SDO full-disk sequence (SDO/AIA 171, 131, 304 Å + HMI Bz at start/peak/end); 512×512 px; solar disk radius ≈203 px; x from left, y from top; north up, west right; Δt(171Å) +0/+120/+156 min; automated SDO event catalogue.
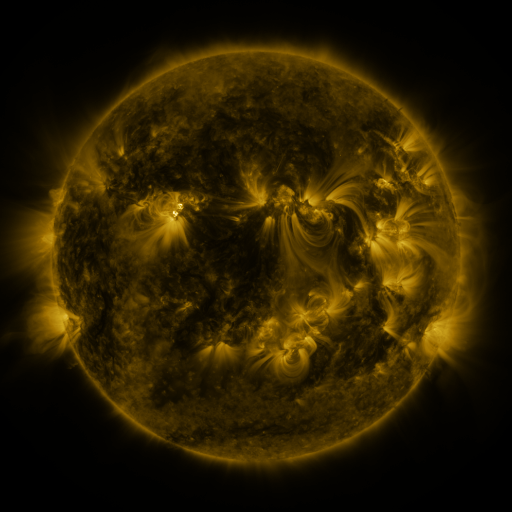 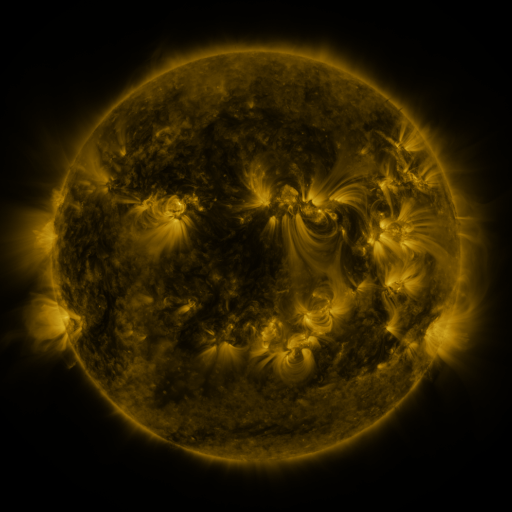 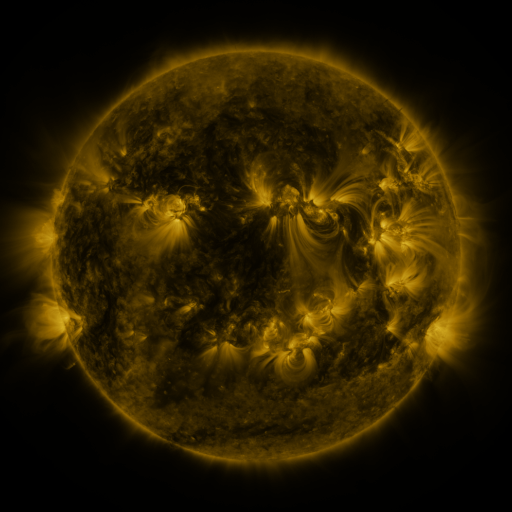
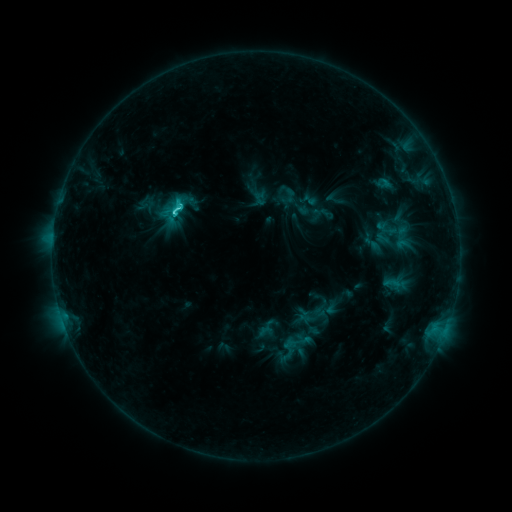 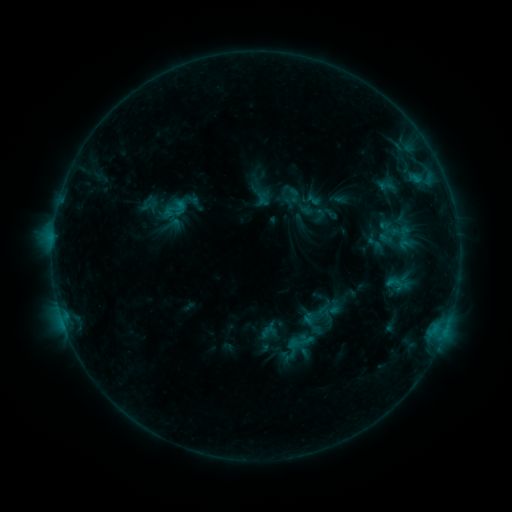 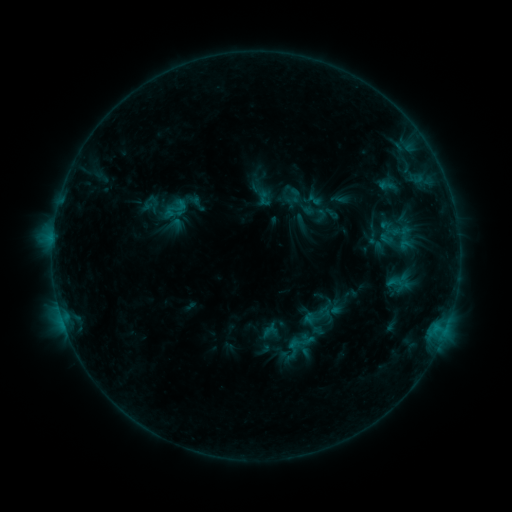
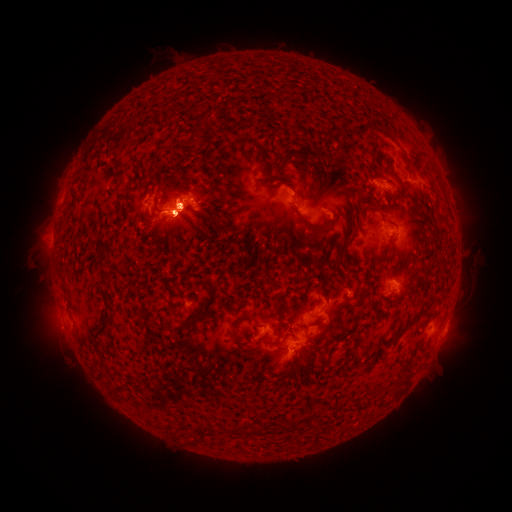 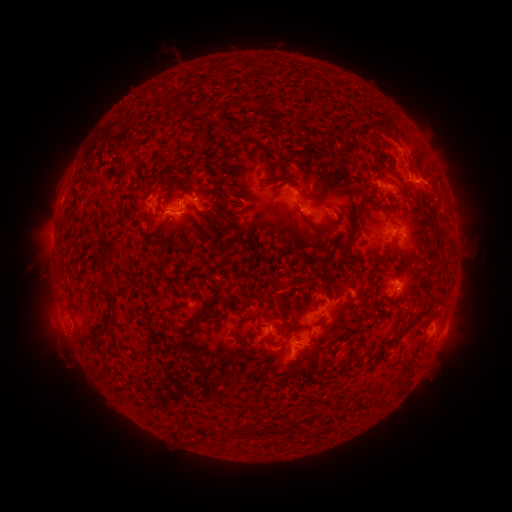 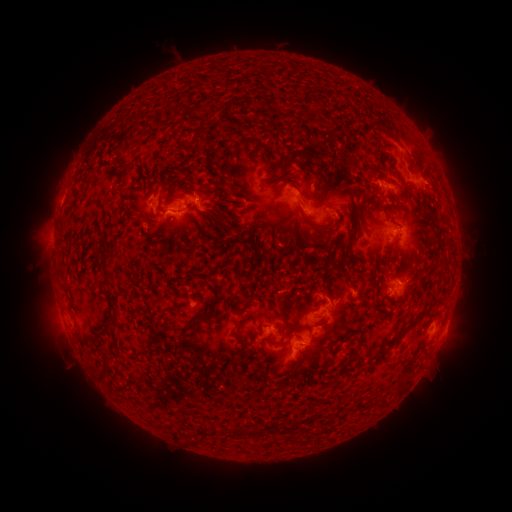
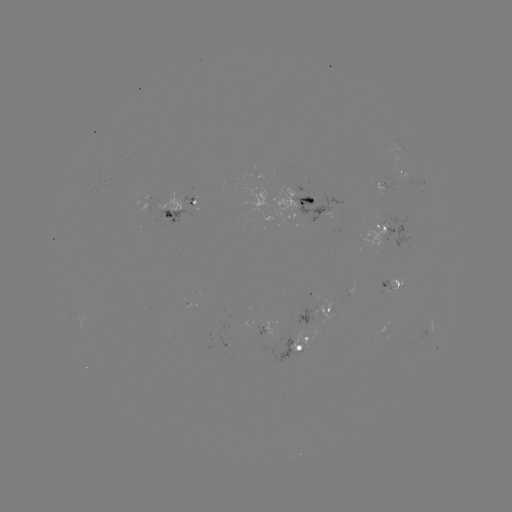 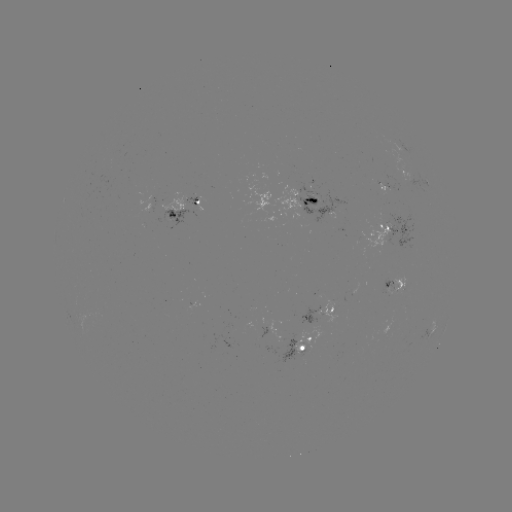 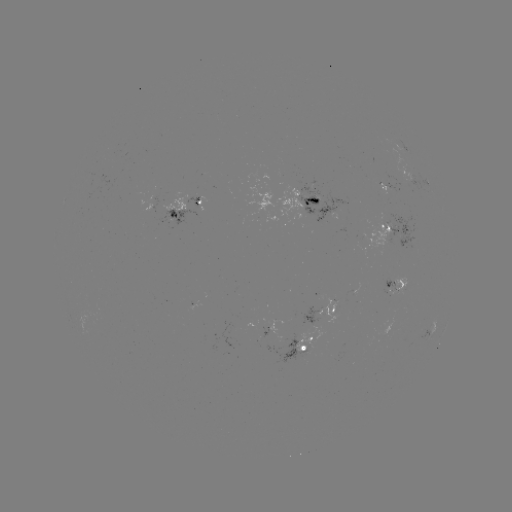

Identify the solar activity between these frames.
emerging-flux region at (316, 200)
